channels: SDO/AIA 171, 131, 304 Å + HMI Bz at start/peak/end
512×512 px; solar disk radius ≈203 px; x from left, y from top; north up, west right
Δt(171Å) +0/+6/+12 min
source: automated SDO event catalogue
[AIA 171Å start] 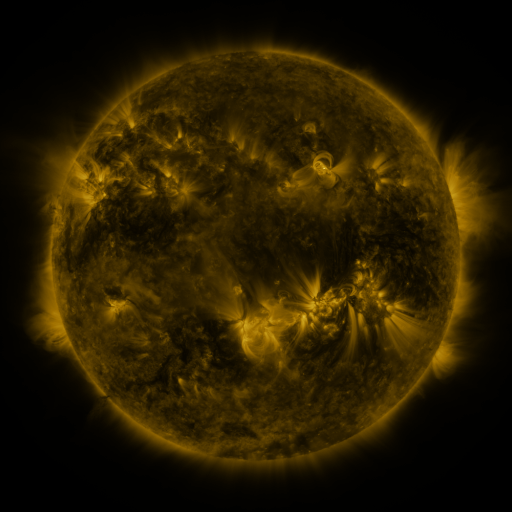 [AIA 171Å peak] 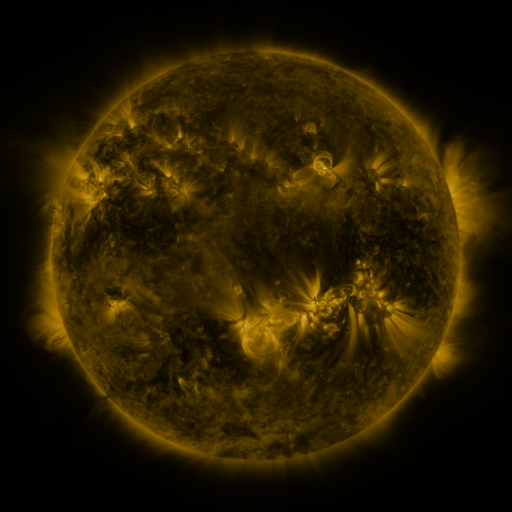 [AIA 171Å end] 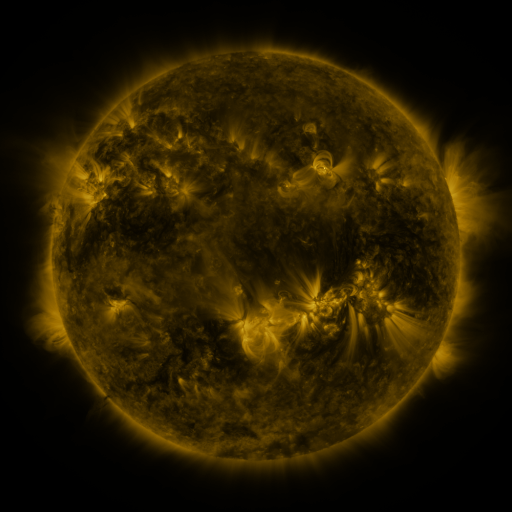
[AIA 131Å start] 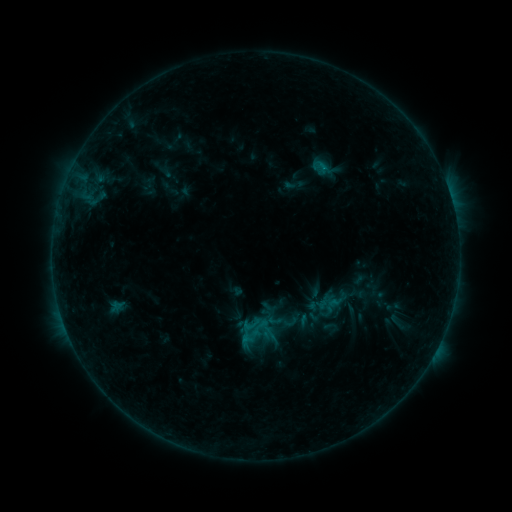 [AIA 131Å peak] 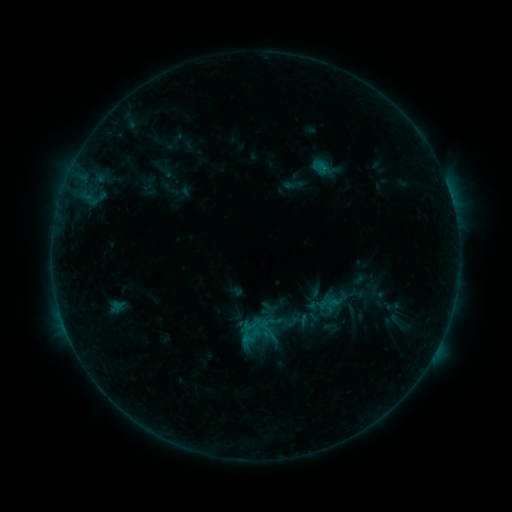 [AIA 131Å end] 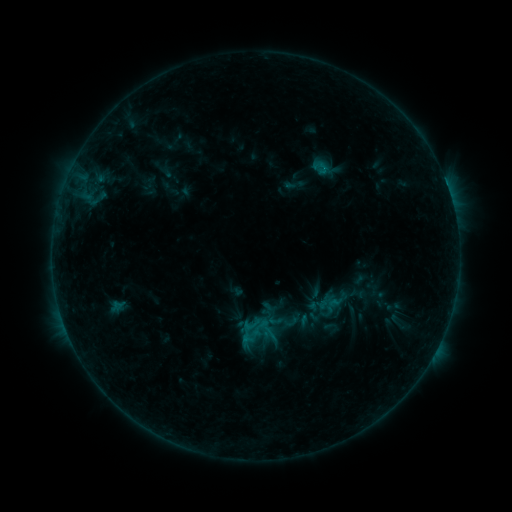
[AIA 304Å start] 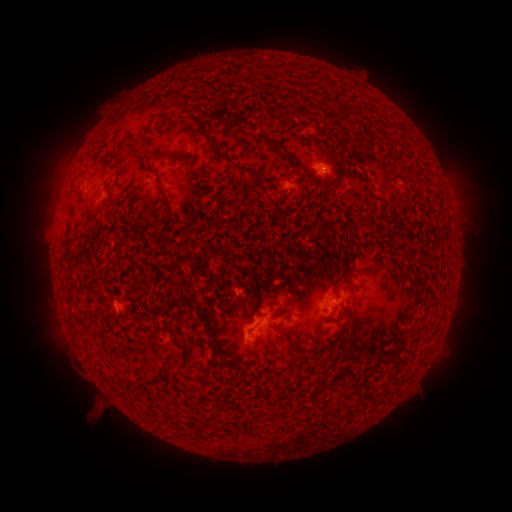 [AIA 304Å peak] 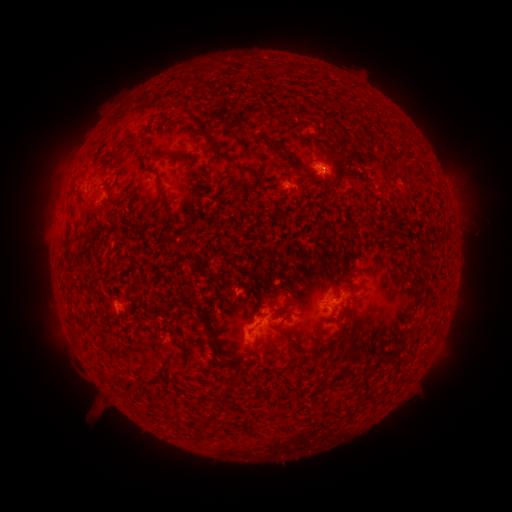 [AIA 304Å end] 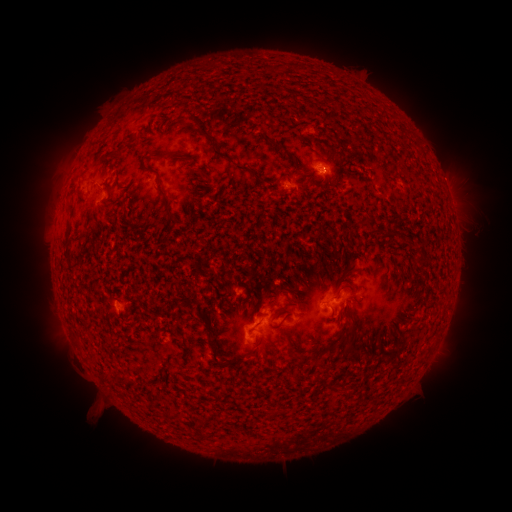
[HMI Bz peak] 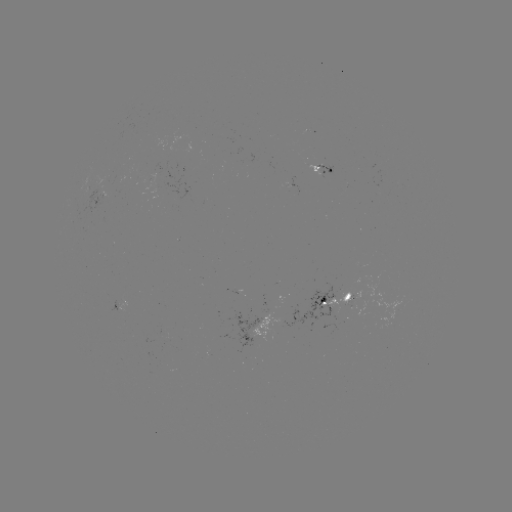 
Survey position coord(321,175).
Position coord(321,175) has B4.4 flare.